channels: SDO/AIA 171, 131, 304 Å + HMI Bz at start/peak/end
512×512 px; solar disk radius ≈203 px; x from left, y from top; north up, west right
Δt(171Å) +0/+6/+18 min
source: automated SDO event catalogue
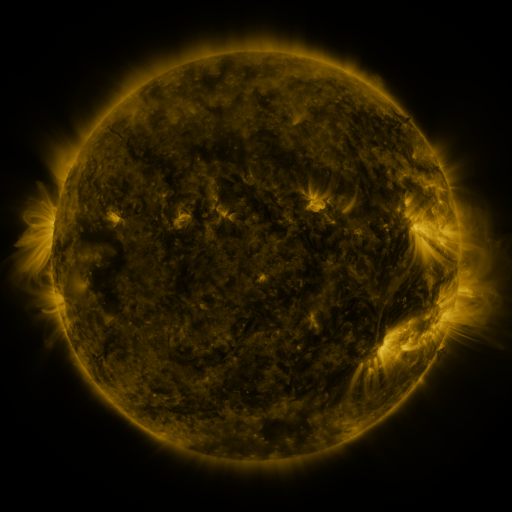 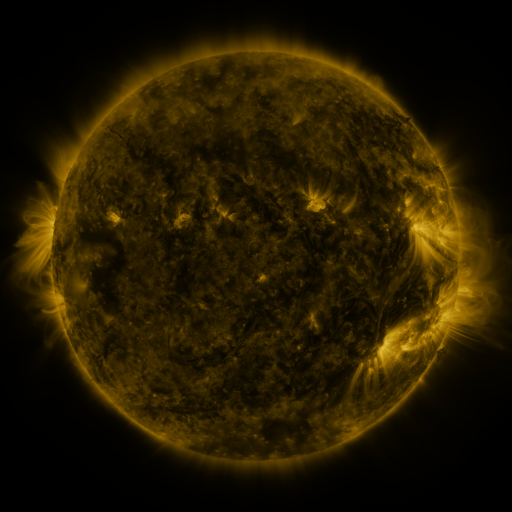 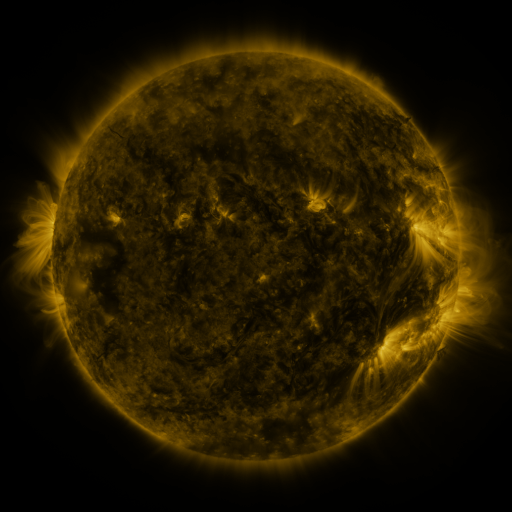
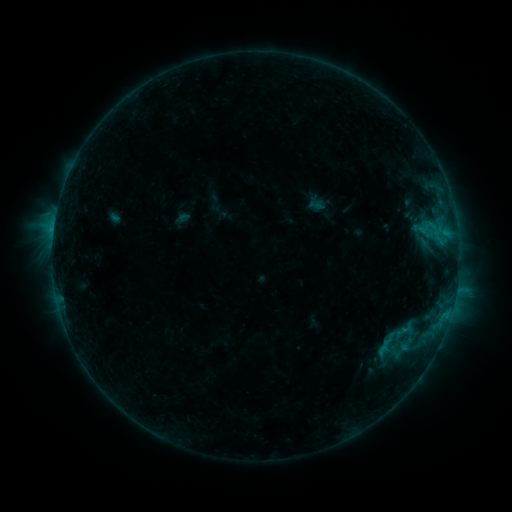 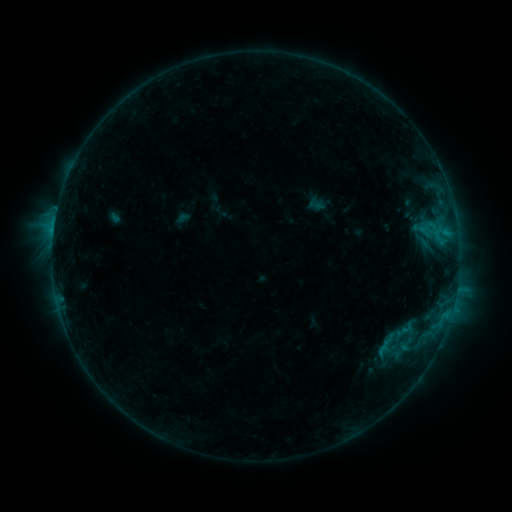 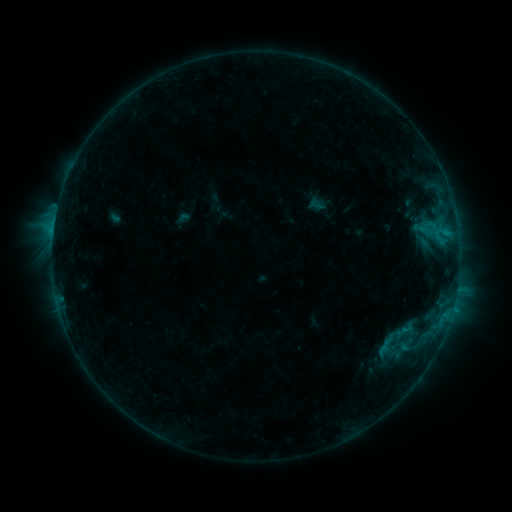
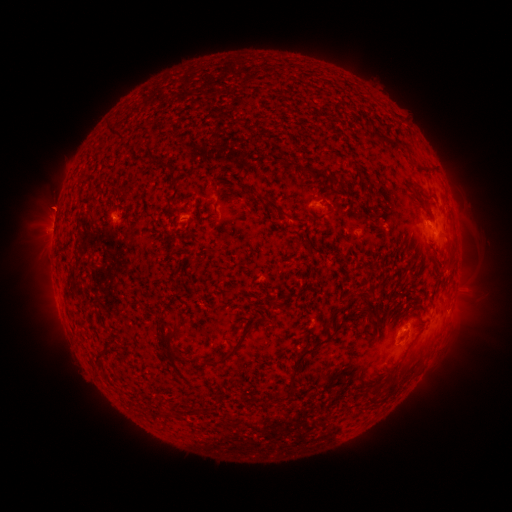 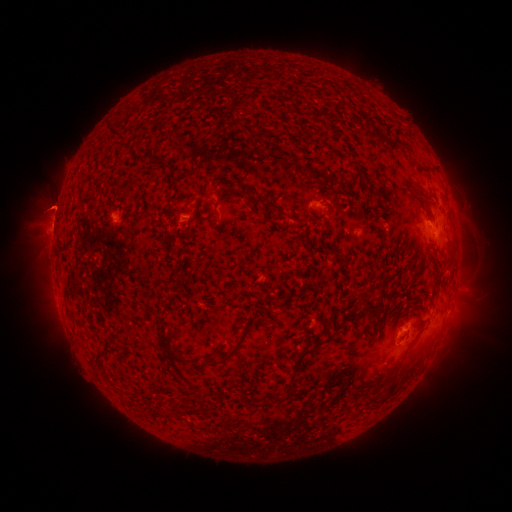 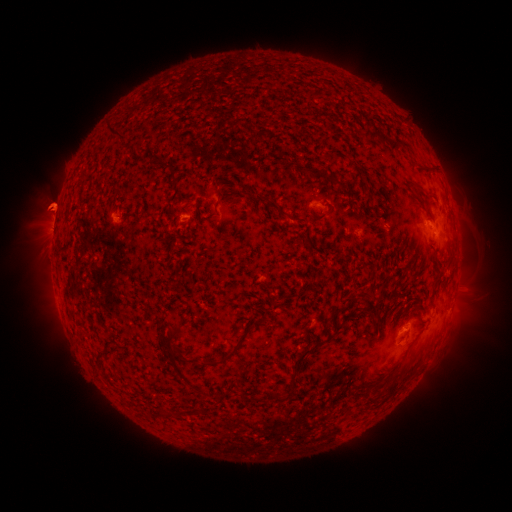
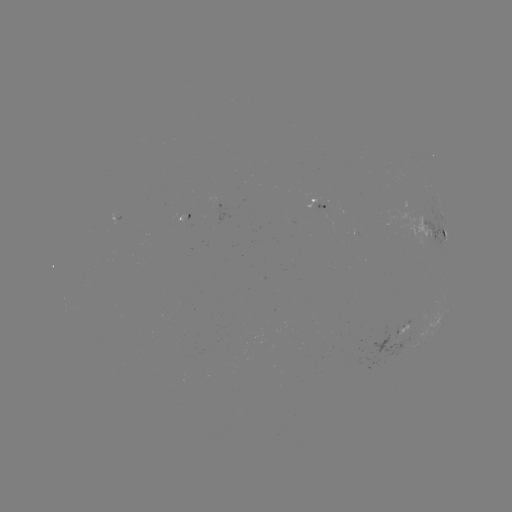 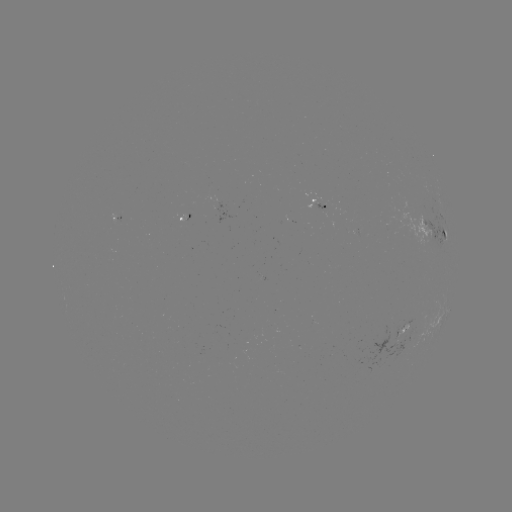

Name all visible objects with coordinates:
eruption: (53, 205)
